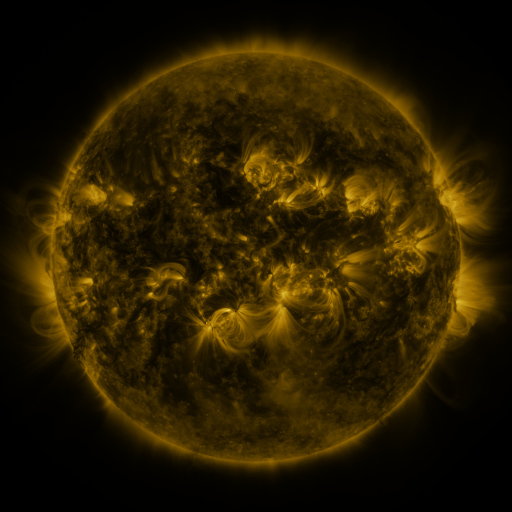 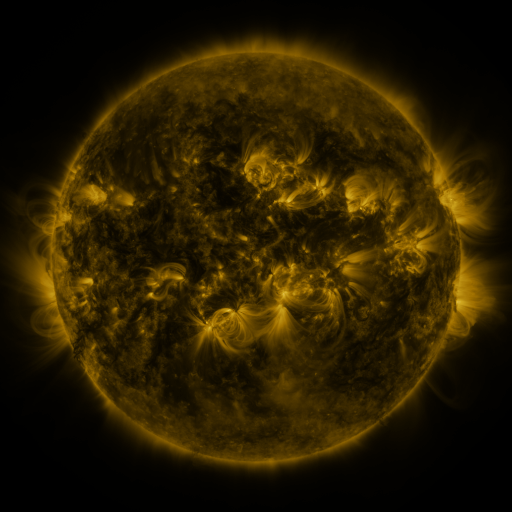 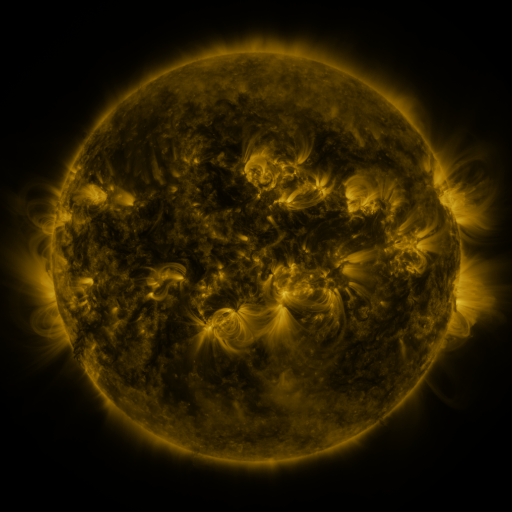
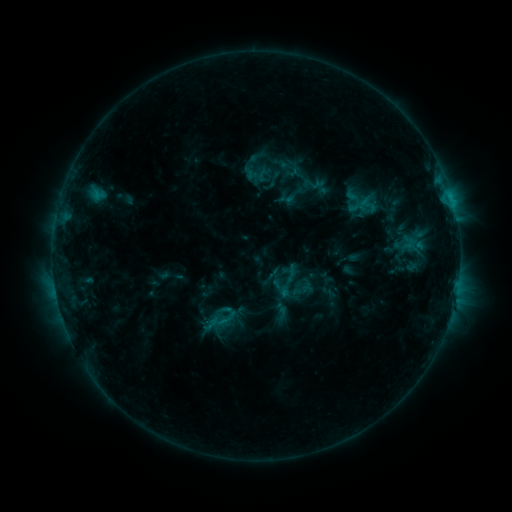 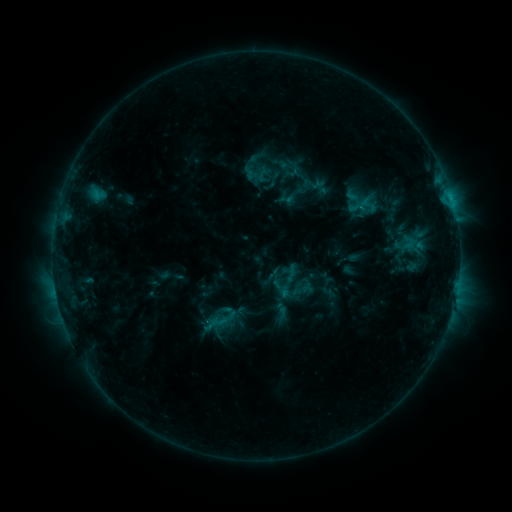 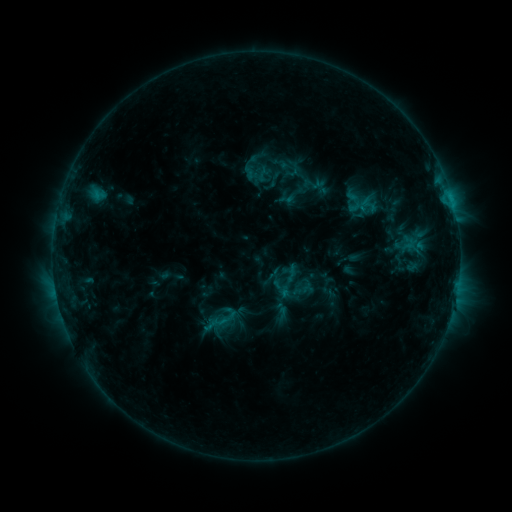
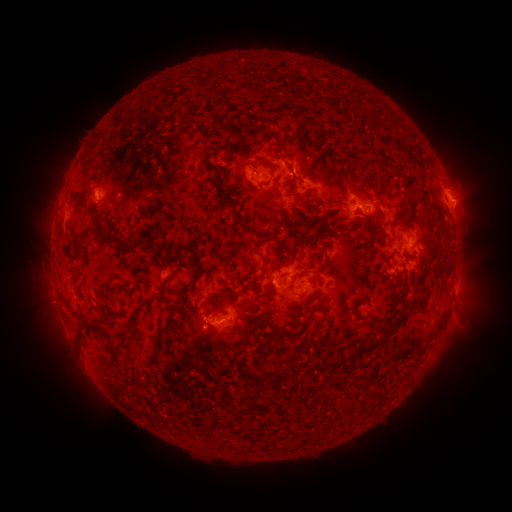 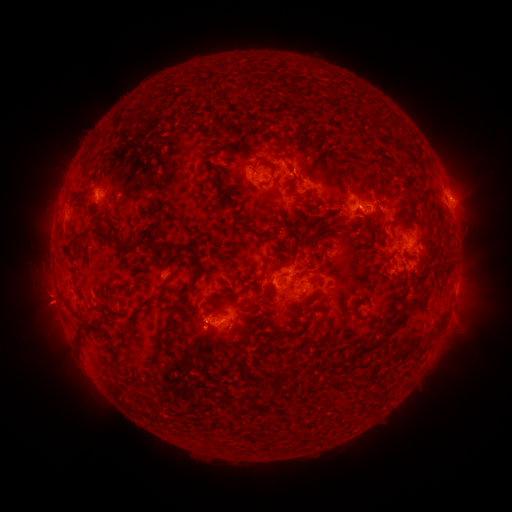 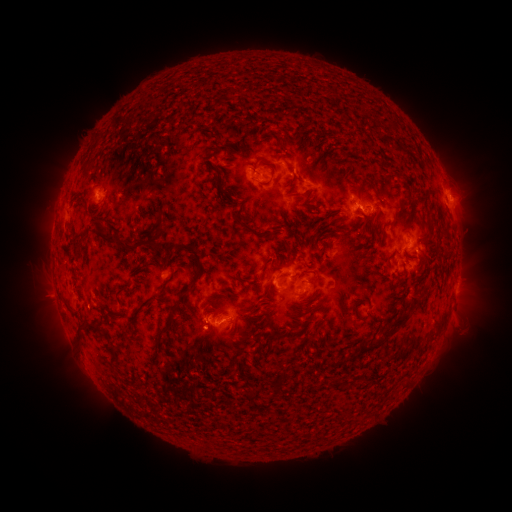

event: eruption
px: (47, 304)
